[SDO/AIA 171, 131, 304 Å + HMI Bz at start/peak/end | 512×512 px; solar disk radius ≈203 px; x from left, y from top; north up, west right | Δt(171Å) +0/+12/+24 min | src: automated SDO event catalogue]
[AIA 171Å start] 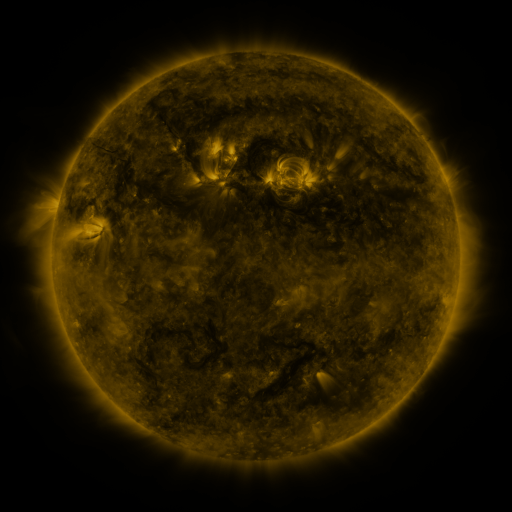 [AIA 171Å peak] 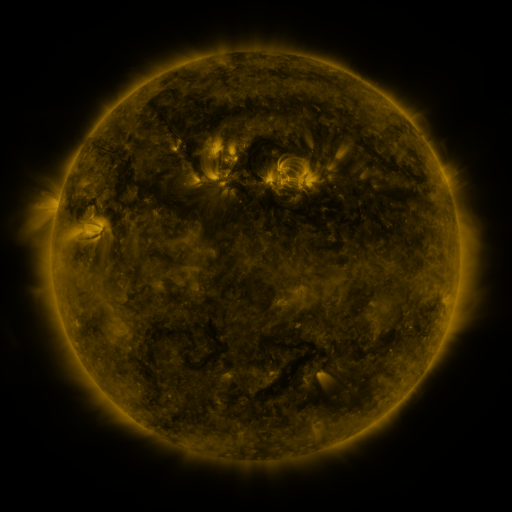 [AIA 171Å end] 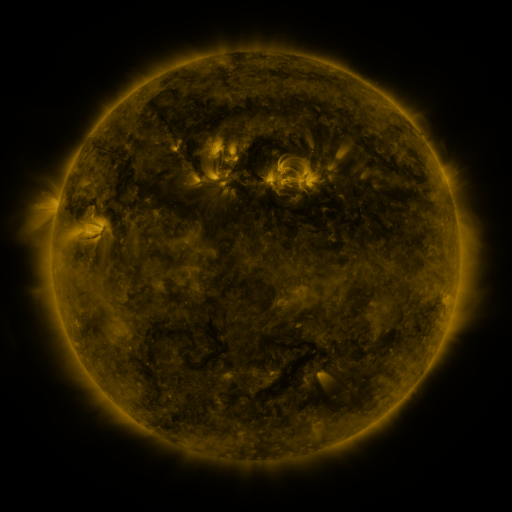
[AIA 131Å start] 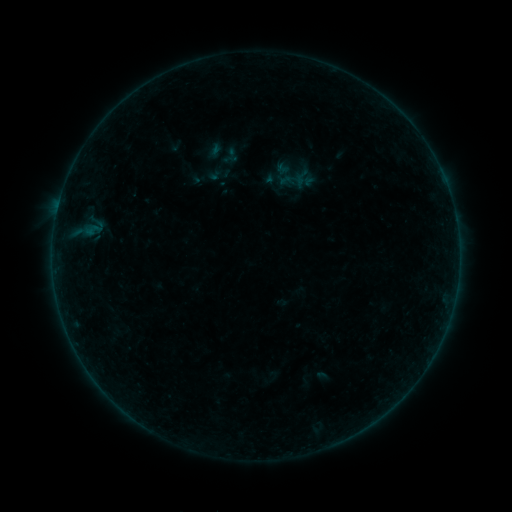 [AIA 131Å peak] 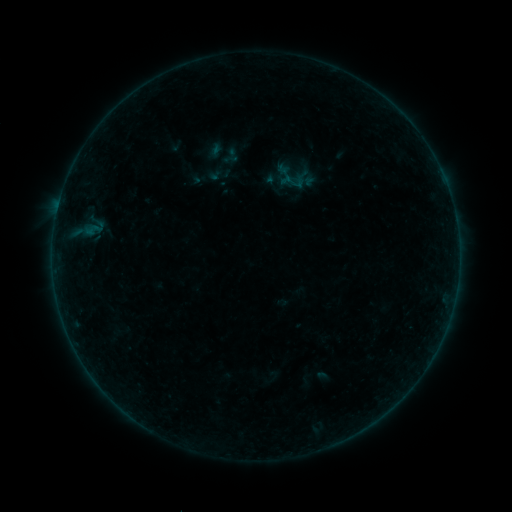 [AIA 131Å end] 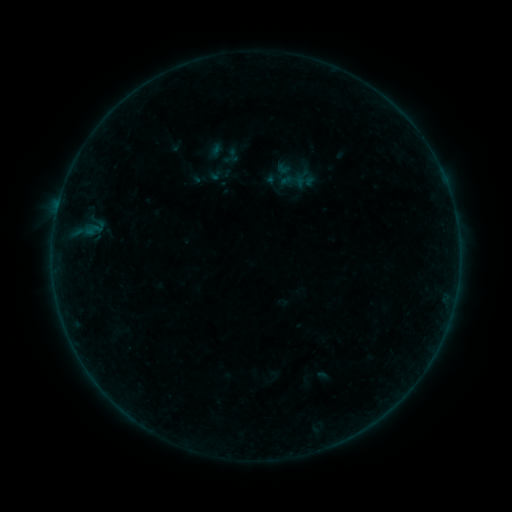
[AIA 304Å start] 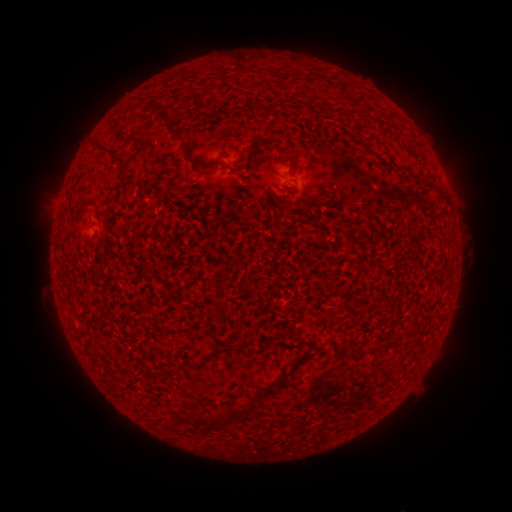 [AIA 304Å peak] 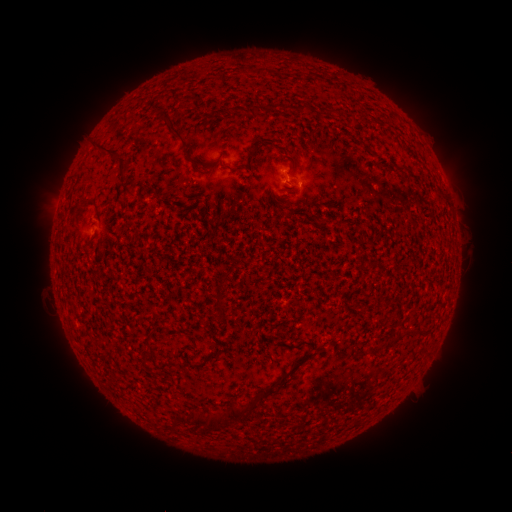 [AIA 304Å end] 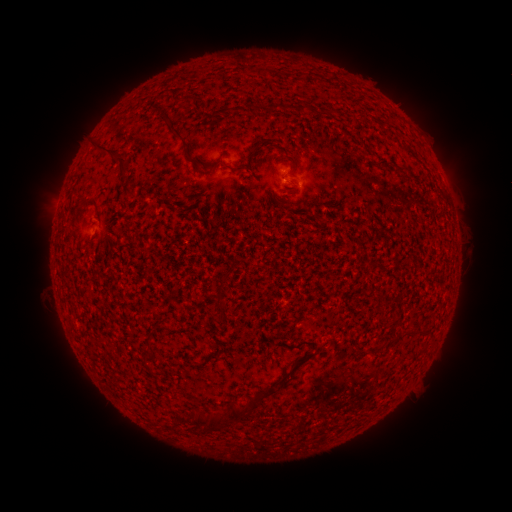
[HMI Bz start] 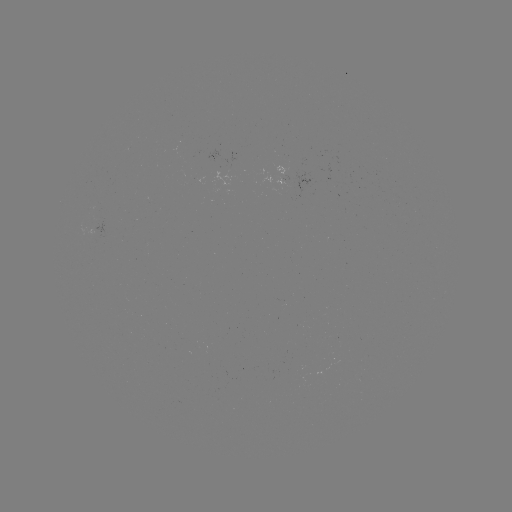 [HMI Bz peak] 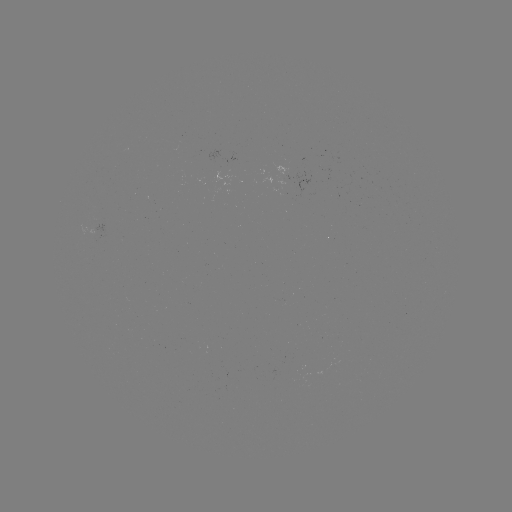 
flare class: B1.1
